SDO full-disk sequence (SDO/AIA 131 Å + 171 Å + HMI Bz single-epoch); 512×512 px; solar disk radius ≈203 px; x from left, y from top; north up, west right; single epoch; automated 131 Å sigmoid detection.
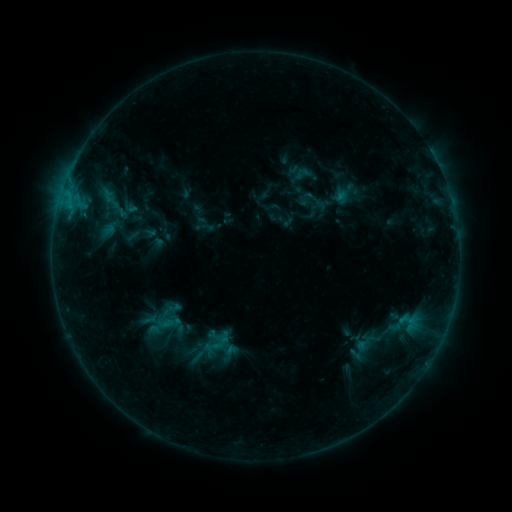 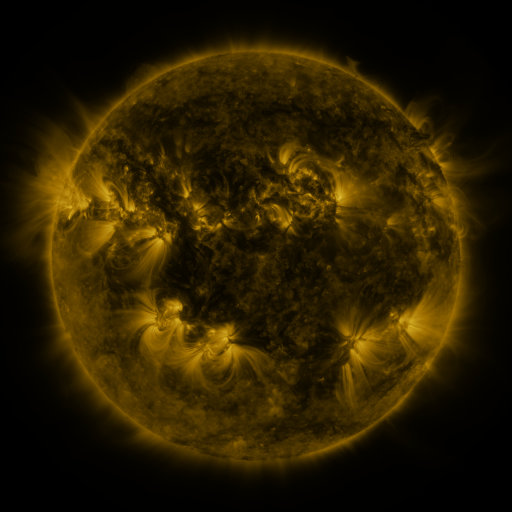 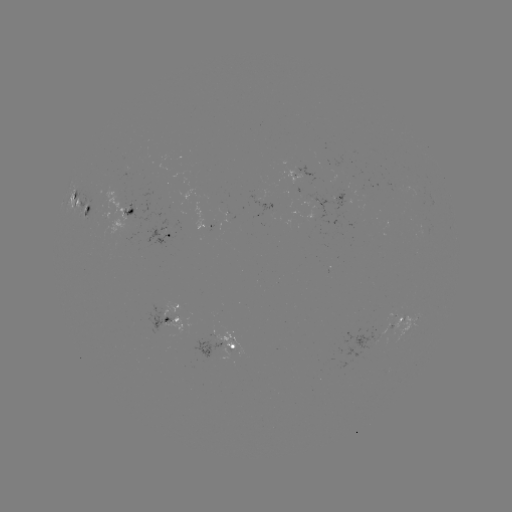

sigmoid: (291, 165, 313, 182)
